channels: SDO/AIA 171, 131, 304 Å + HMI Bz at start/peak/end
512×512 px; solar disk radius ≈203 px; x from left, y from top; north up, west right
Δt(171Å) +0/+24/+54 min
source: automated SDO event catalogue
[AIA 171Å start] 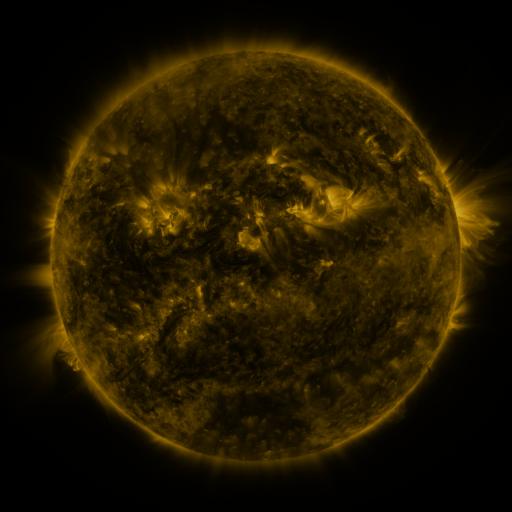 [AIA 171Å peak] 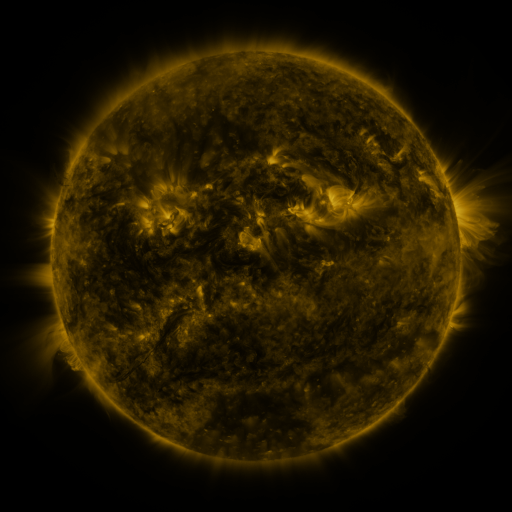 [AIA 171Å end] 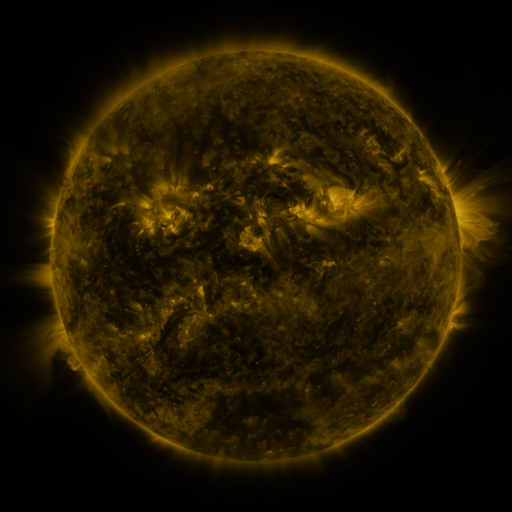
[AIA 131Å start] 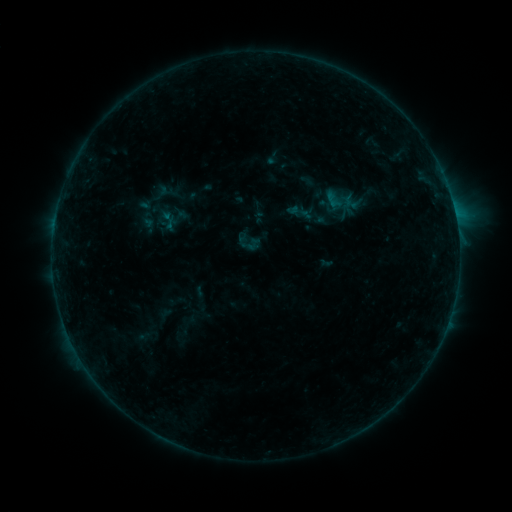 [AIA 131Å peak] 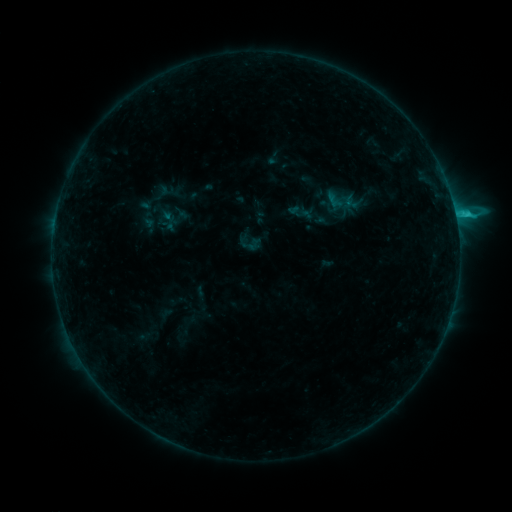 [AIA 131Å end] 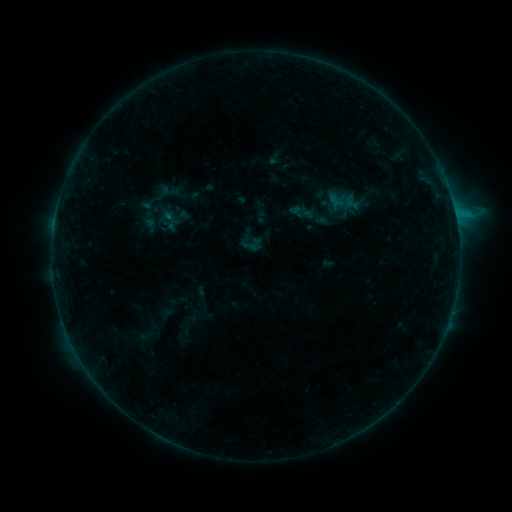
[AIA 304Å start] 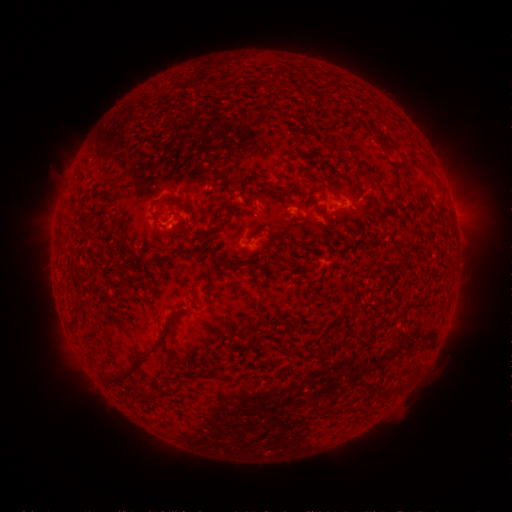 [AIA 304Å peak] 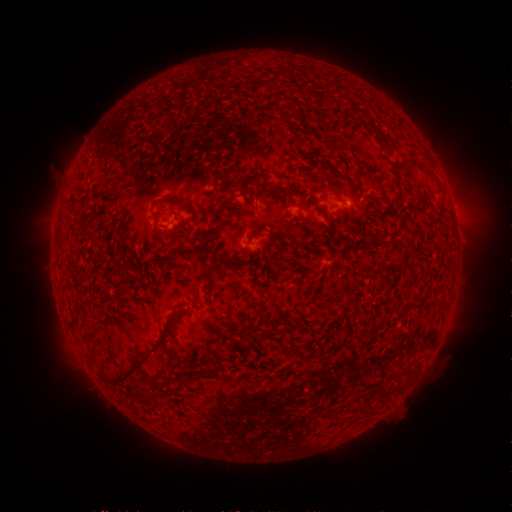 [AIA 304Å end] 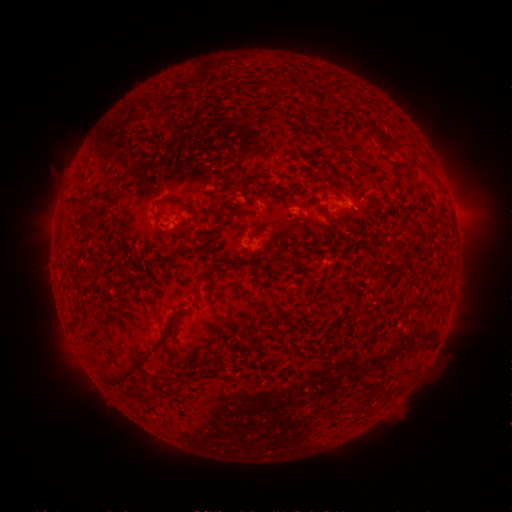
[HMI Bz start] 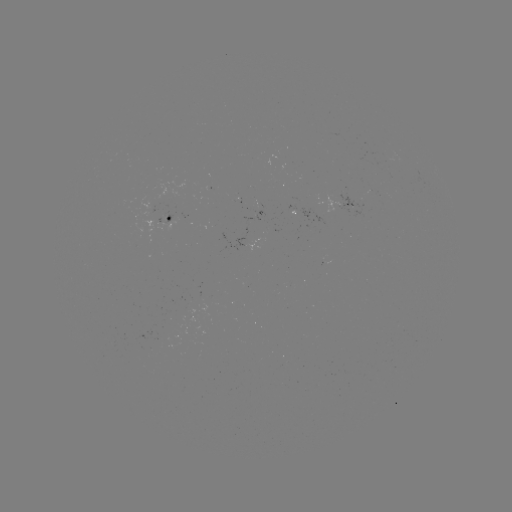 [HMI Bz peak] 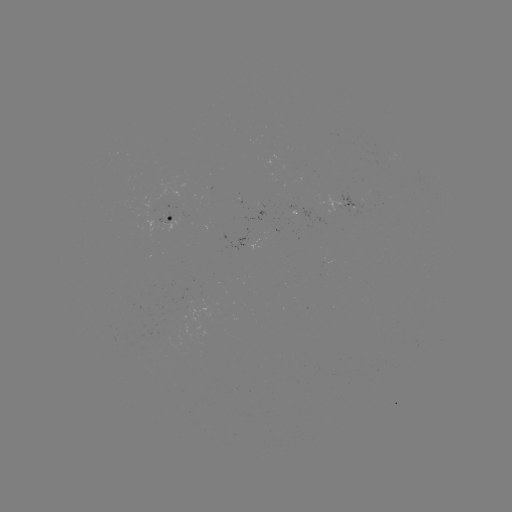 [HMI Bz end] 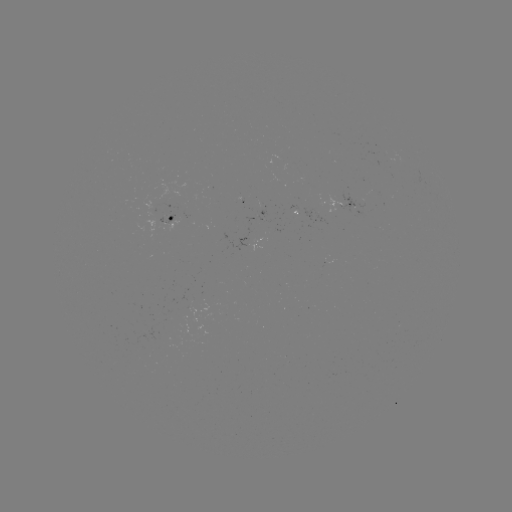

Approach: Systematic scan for C1.2 flare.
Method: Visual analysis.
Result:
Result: C1.2 flare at (455, 216).